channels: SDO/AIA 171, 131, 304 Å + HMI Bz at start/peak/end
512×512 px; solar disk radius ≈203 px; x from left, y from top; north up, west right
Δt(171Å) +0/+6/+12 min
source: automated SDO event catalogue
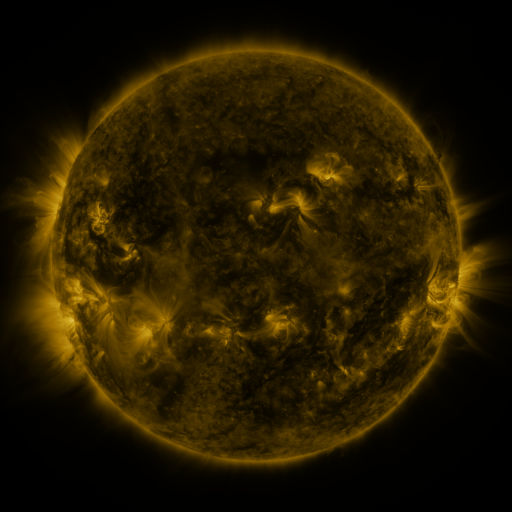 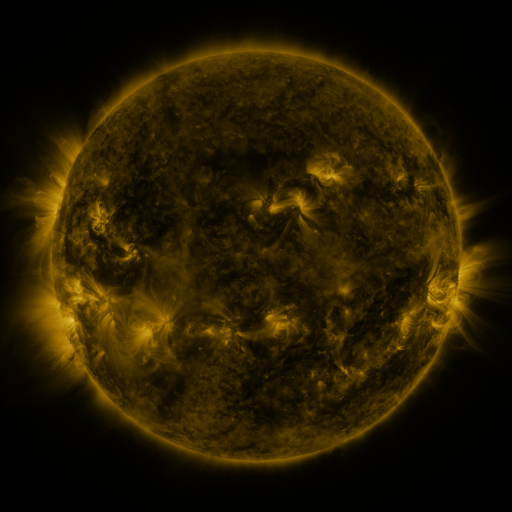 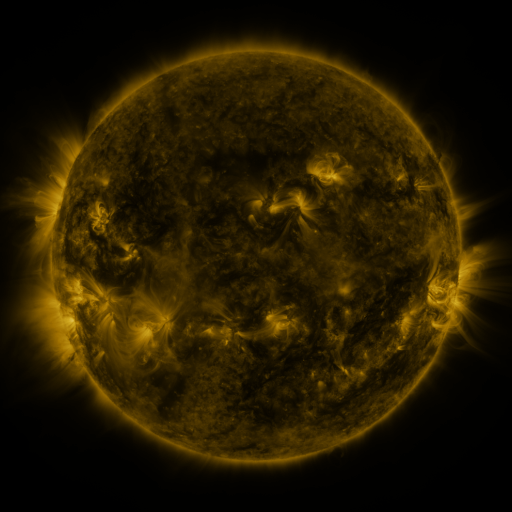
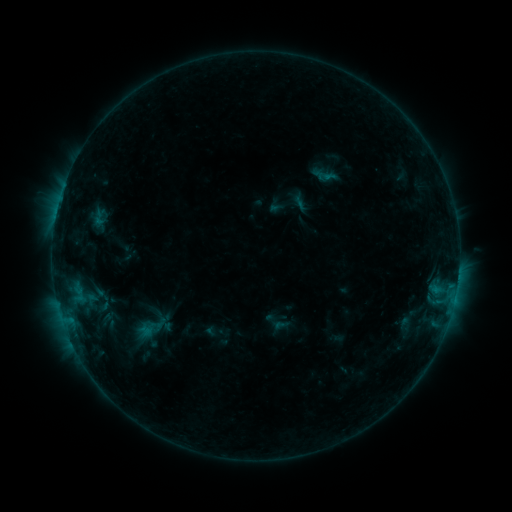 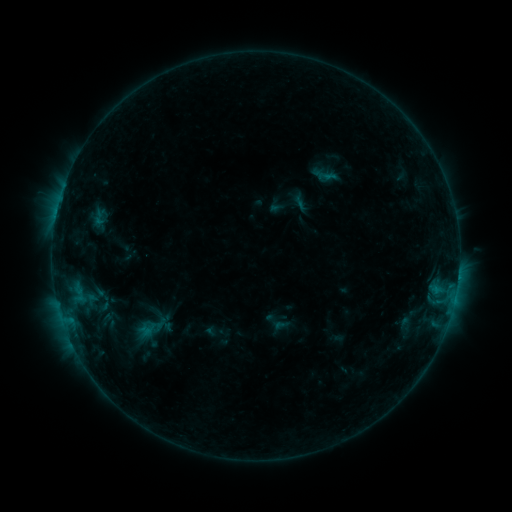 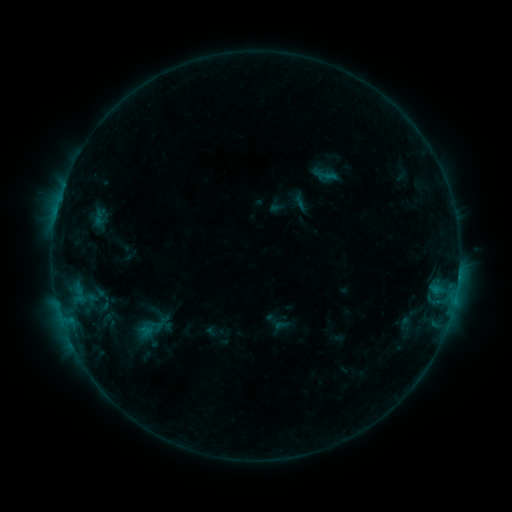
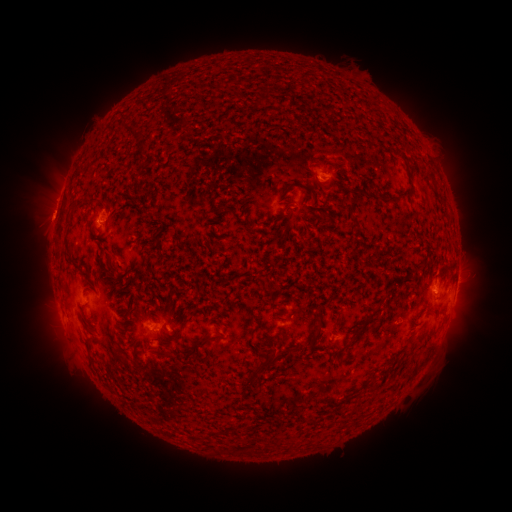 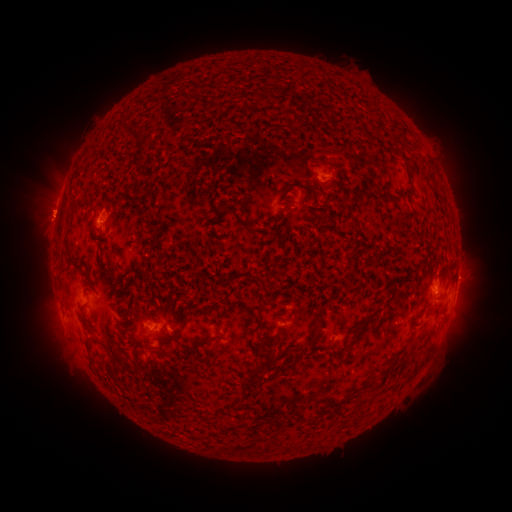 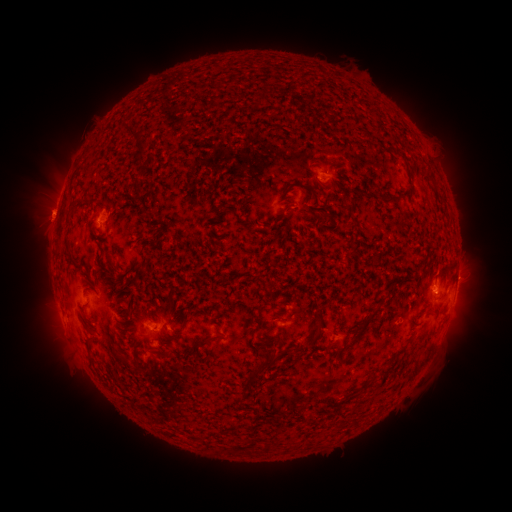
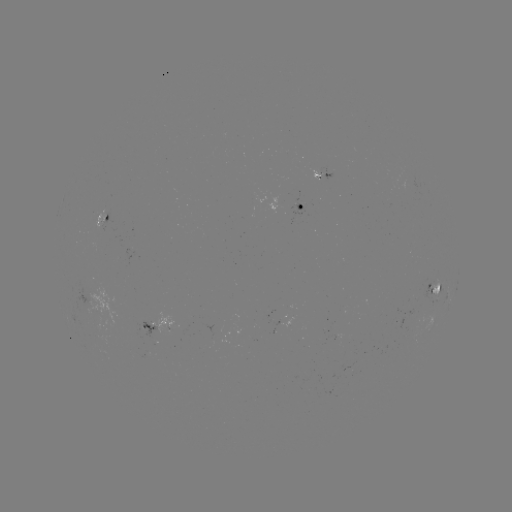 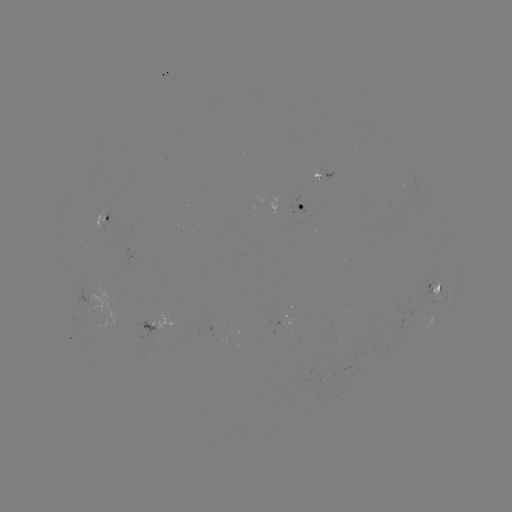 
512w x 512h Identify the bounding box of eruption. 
[21, 193, 70, 240].